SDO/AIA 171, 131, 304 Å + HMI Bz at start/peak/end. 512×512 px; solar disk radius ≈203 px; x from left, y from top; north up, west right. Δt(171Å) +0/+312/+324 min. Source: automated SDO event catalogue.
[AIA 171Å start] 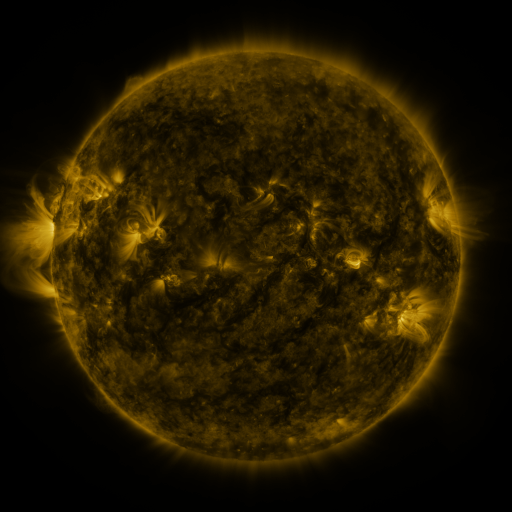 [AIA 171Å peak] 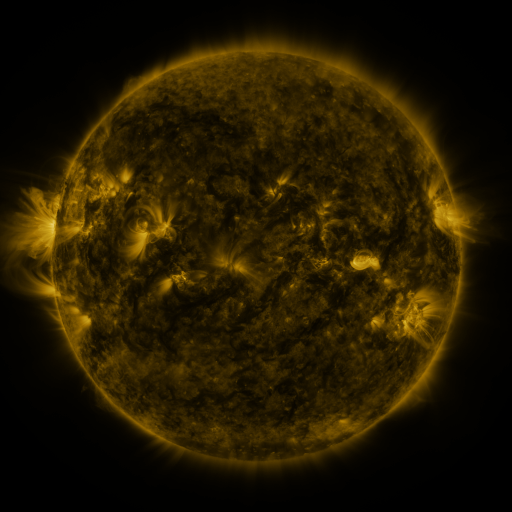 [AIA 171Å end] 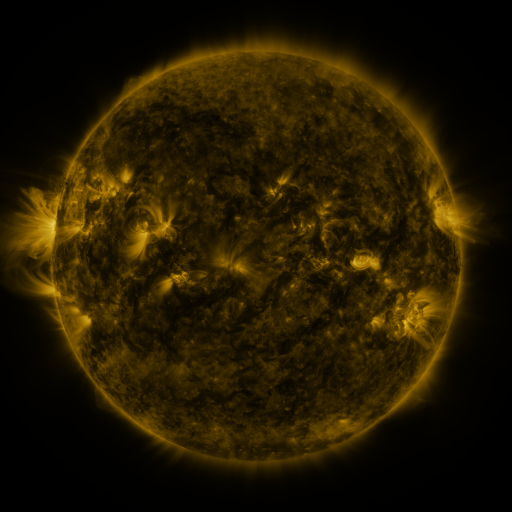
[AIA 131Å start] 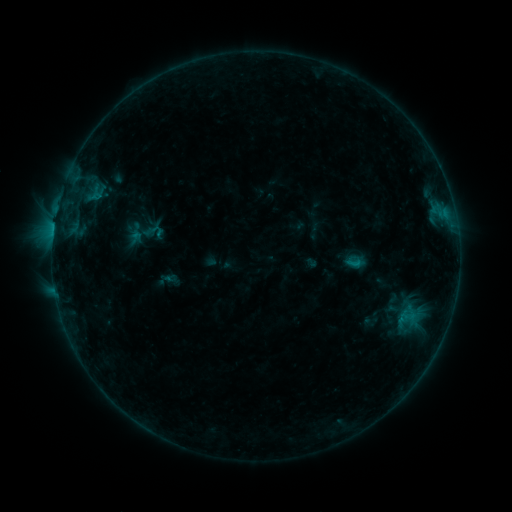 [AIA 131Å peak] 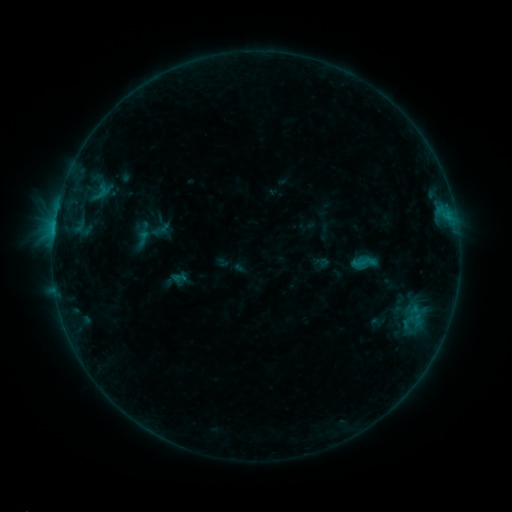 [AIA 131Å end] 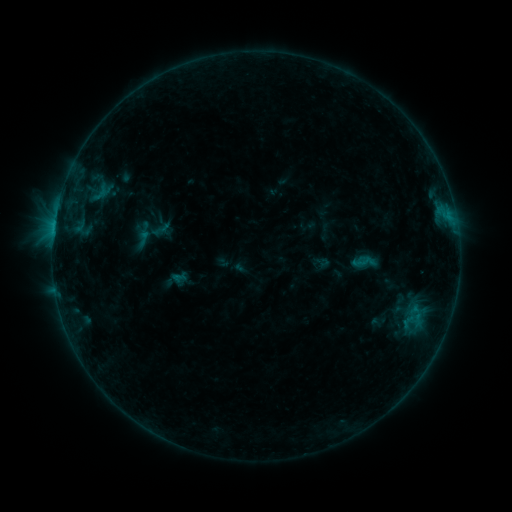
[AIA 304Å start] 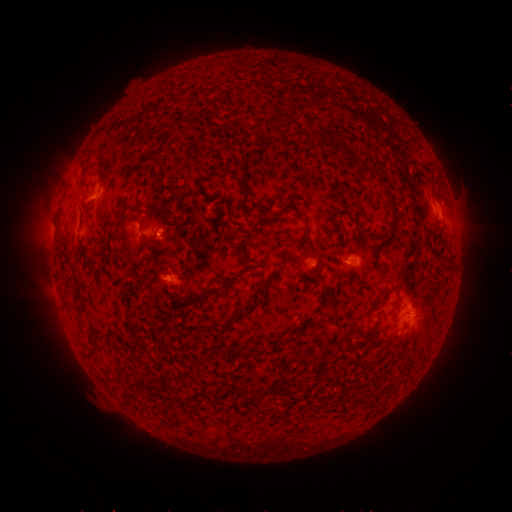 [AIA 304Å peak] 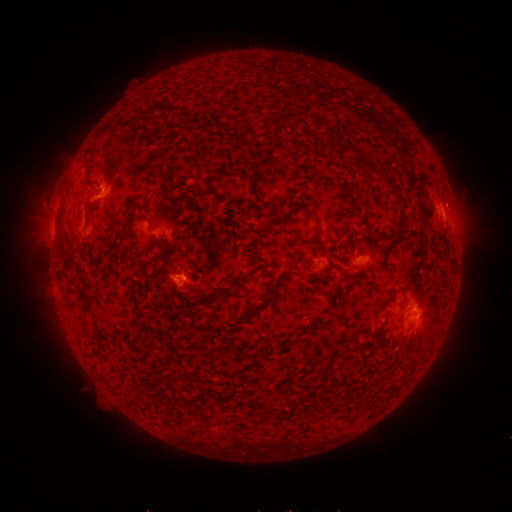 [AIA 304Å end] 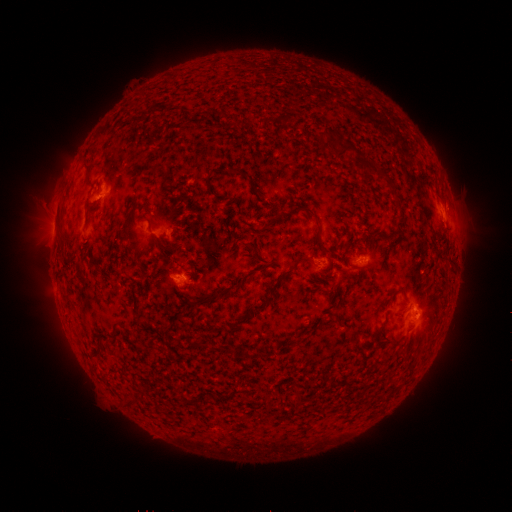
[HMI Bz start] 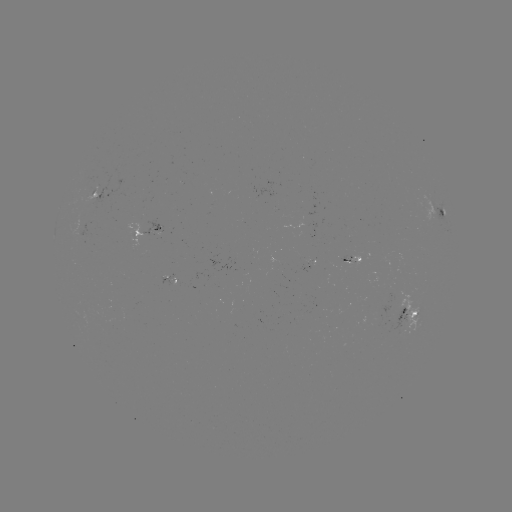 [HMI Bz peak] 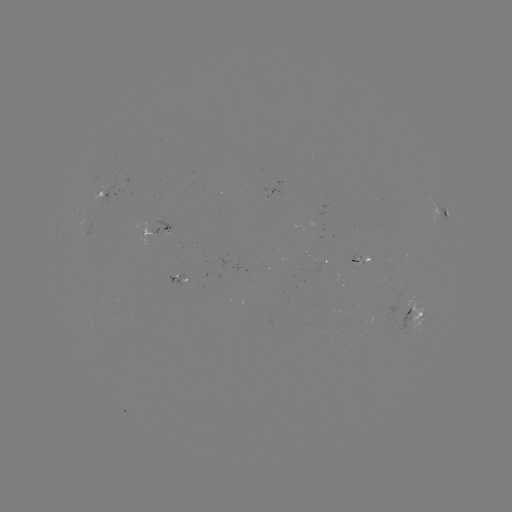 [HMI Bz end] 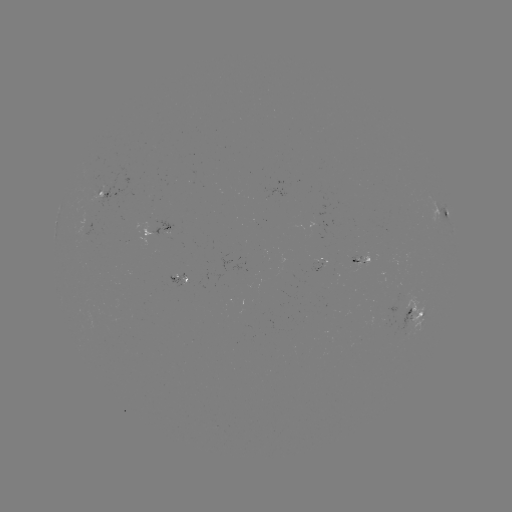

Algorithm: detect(emerging-flux region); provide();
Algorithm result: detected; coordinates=176,278